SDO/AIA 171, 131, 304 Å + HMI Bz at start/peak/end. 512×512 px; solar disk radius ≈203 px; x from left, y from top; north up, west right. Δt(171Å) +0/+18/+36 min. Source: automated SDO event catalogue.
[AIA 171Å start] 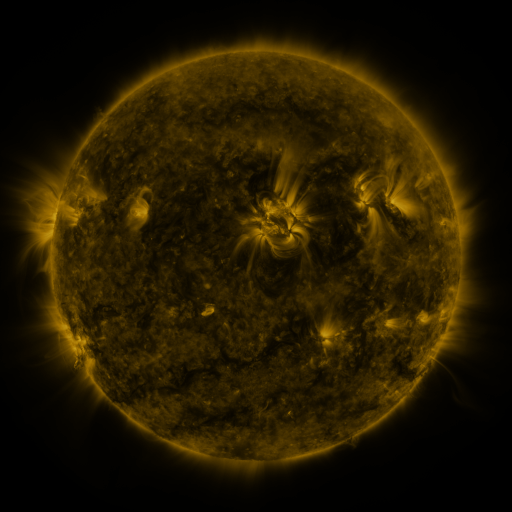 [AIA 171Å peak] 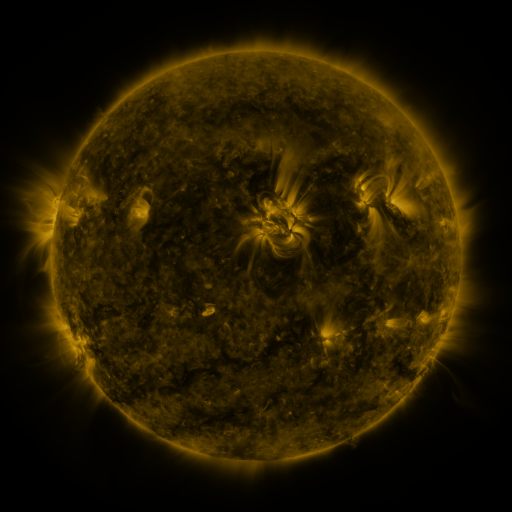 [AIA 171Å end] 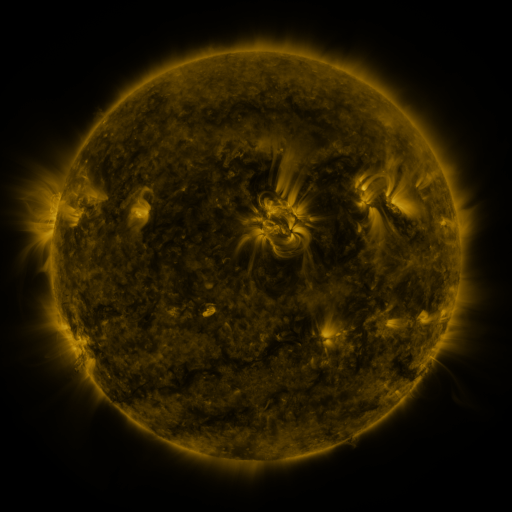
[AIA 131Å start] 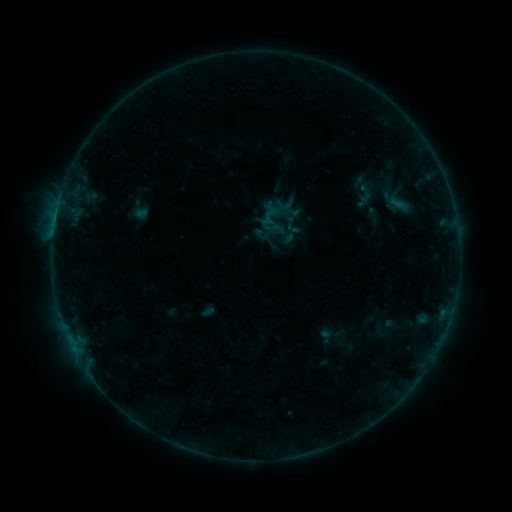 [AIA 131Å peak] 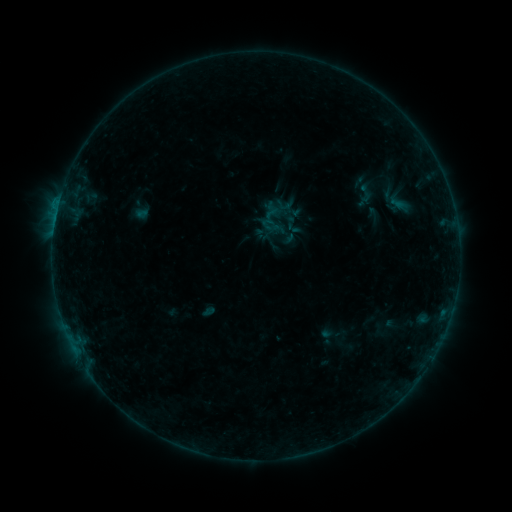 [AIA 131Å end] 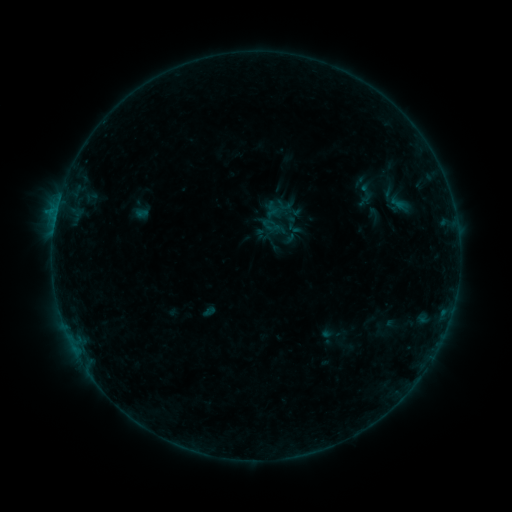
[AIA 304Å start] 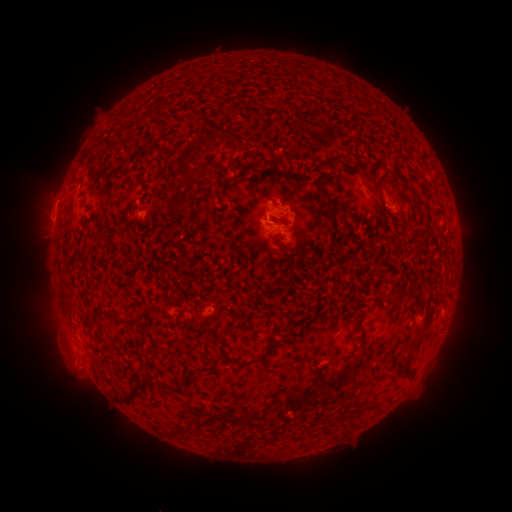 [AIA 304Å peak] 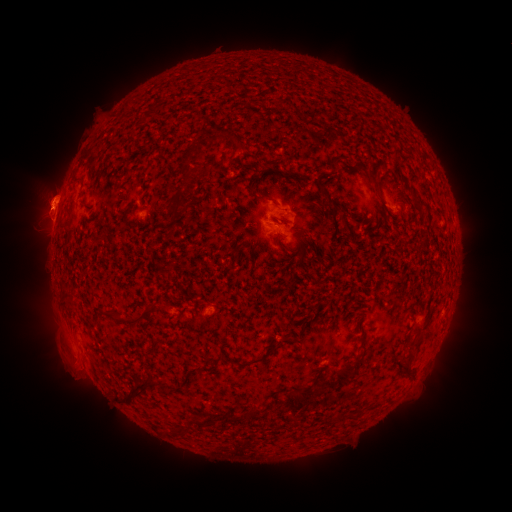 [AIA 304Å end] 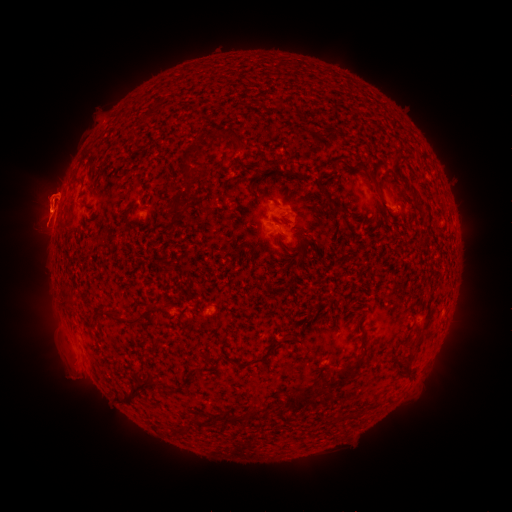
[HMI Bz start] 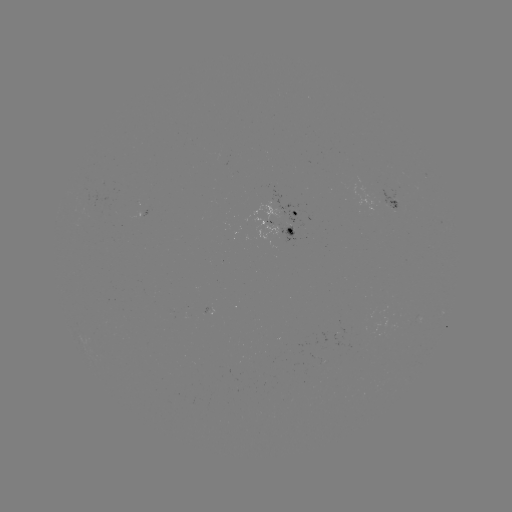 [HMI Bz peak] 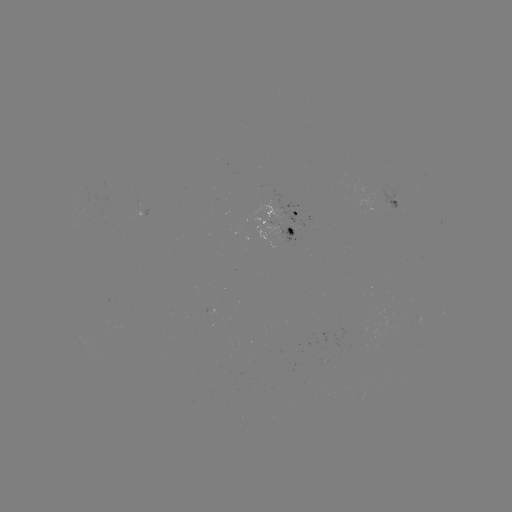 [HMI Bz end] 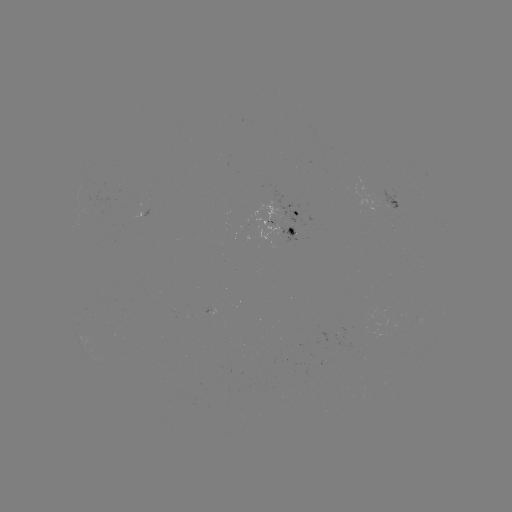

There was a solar eruption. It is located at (47, 208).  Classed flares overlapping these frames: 1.